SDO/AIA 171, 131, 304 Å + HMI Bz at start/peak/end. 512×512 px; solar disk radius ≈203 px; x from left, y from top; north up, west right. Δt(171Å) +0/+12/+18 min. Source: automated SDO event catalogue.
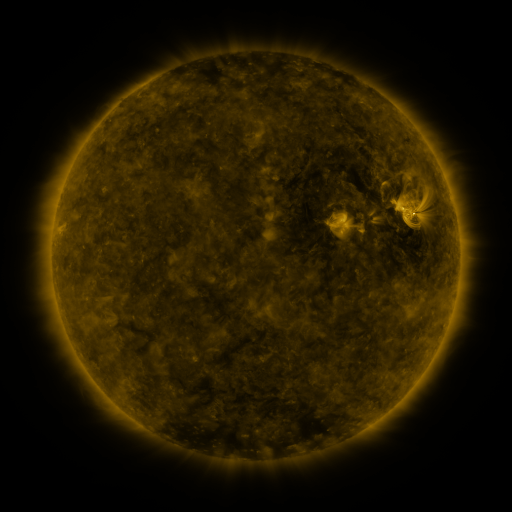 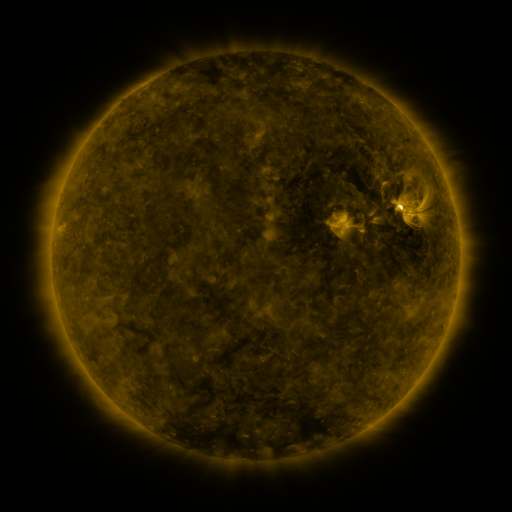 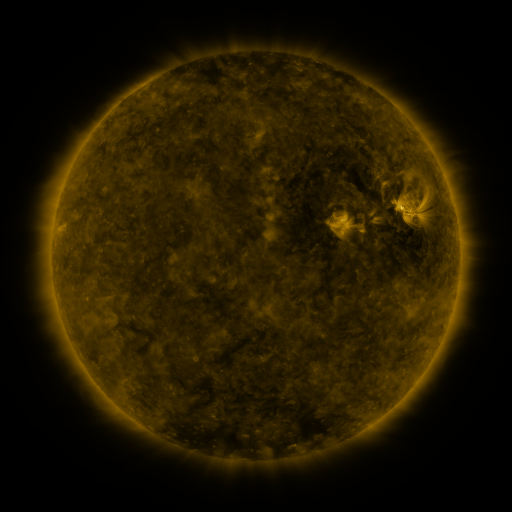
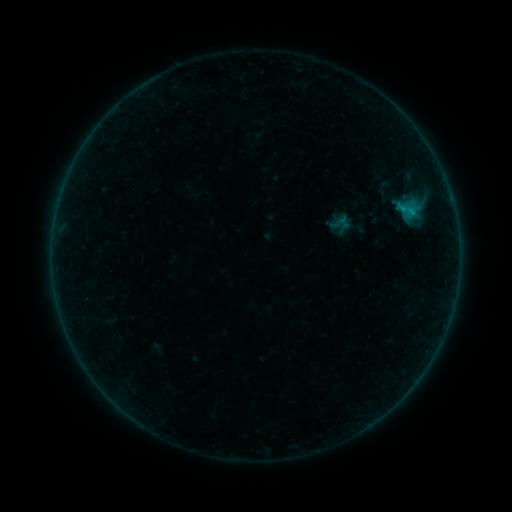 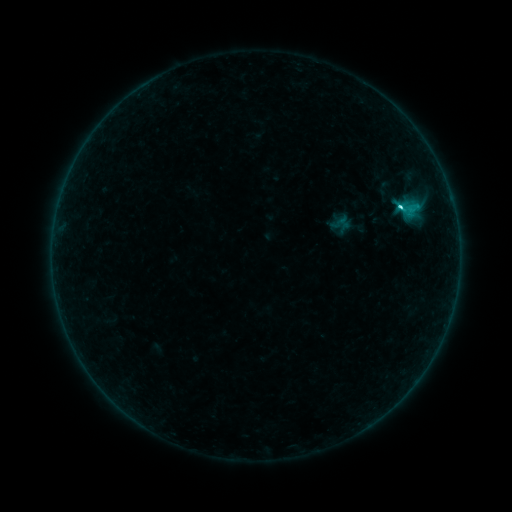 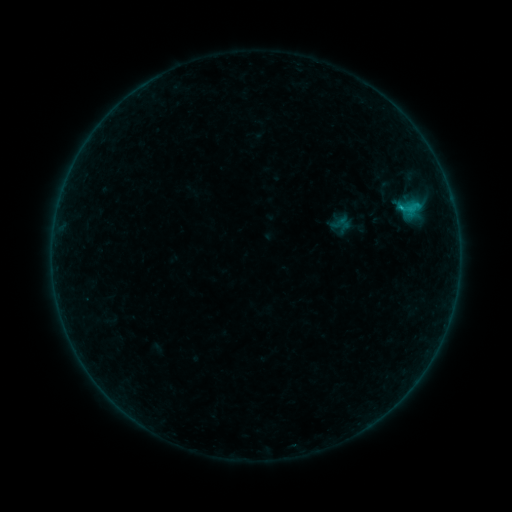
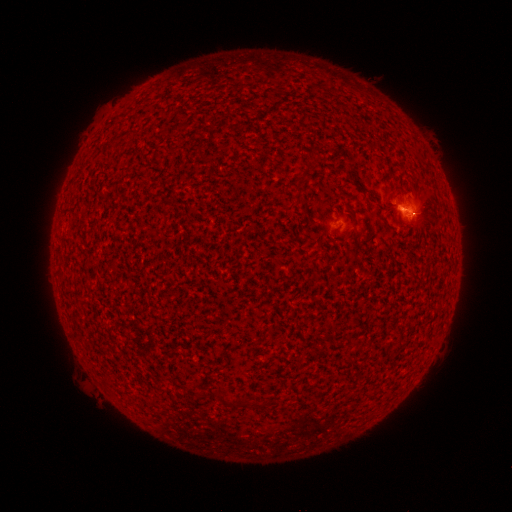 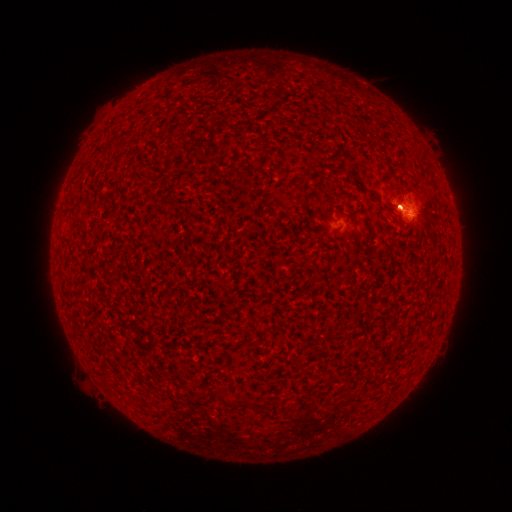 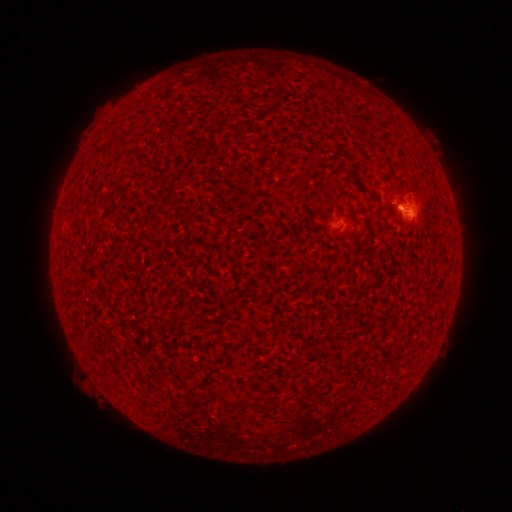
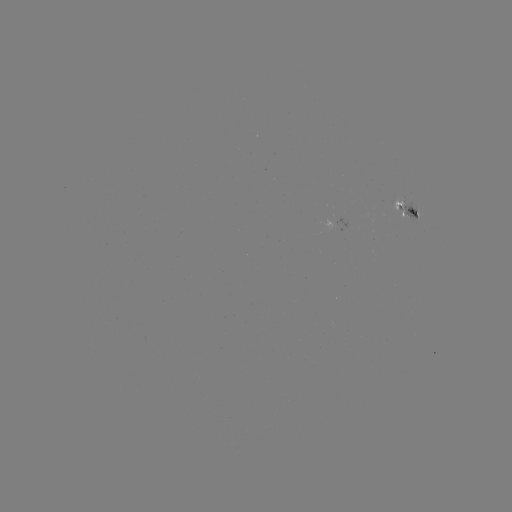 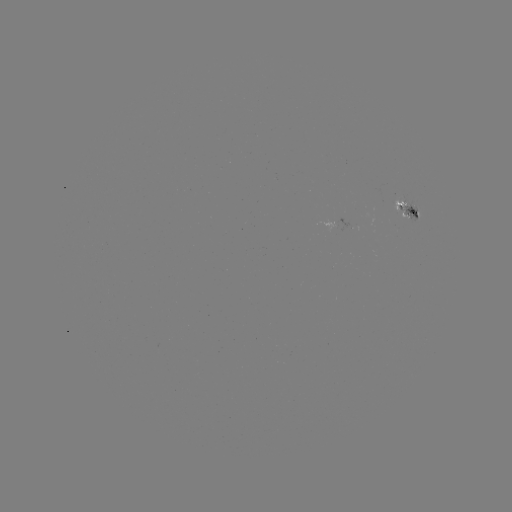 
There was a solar flare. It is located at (398, 210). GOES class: C2.1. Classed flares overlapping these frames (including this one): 1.